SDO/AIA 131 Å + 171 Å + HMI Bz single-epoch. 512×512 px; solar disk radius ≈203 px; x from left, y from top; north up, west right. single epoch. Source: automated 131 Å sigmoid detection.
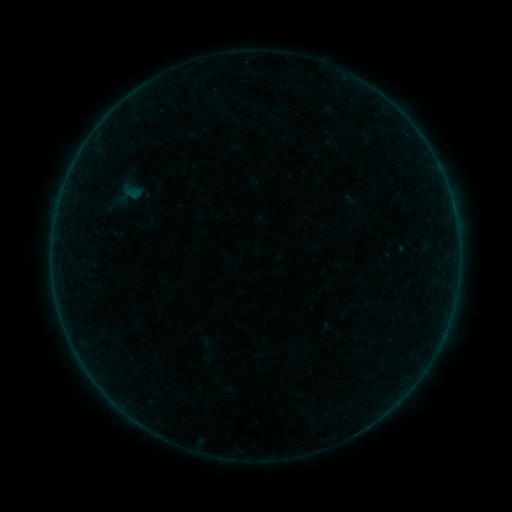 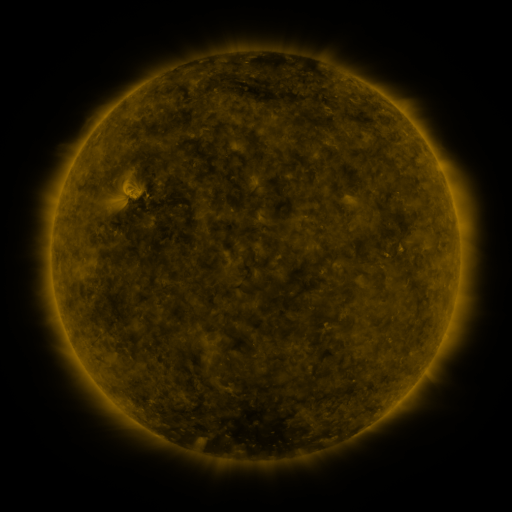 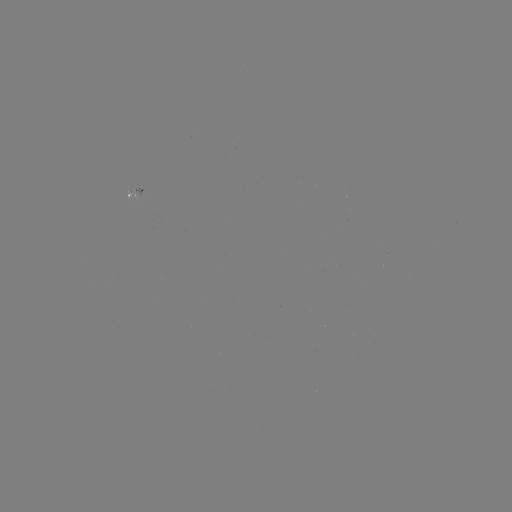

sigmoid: <bbox>104, 195, 127, 218</bbox>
